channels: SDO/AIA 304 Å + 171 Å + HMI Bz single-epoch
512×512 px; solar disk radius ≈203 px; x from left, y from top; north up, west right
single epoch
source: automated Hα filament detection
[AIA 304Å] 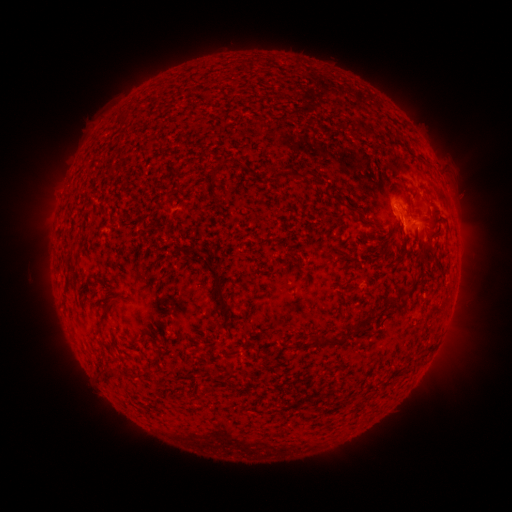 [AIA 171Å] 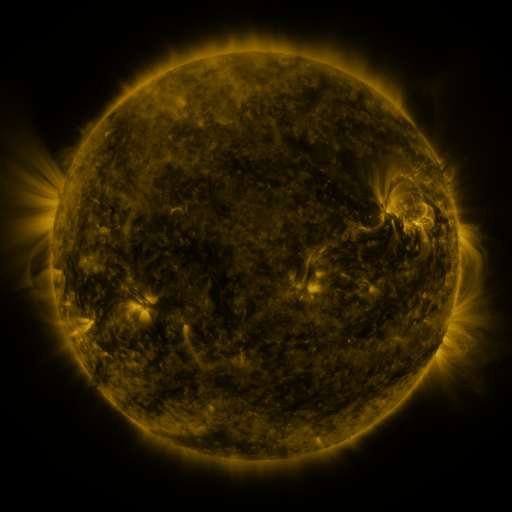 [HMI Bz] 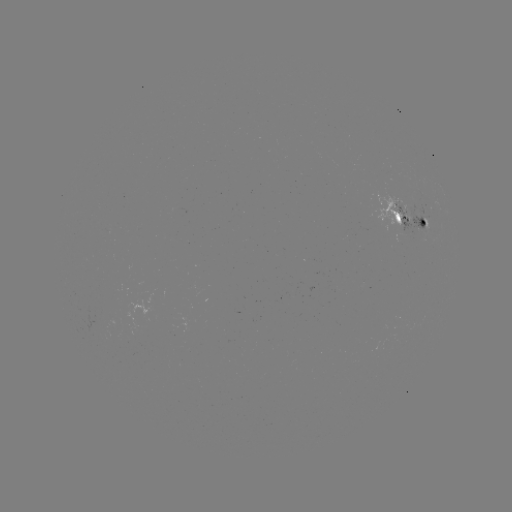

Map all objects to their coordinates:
filament: (116, 112, 127, 124)
filament: (335, 117, 372, 136)
filament: (314, 135, 323, 140)
filament: (209, 168, 216, 182)
filament: (272, 171, 283, 183)
filament: (345, 201, 358, 214)
filament: (364, 215, 375, 224)
filament: (430, 227, 441, 236)
filament: (398, 233, 407, 250)
filament: (201, 255, 230, 319)
filament: (313, 315, 370, 345)
filament: (148, 327, 156, 337)
filament: (271, 363, 278, 375)
filament: (104, 366, 123, 382)
